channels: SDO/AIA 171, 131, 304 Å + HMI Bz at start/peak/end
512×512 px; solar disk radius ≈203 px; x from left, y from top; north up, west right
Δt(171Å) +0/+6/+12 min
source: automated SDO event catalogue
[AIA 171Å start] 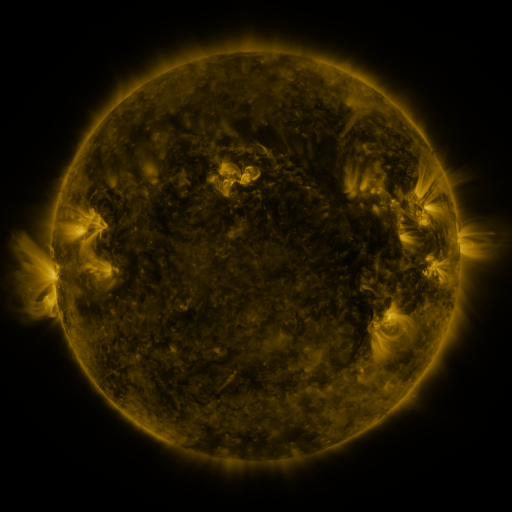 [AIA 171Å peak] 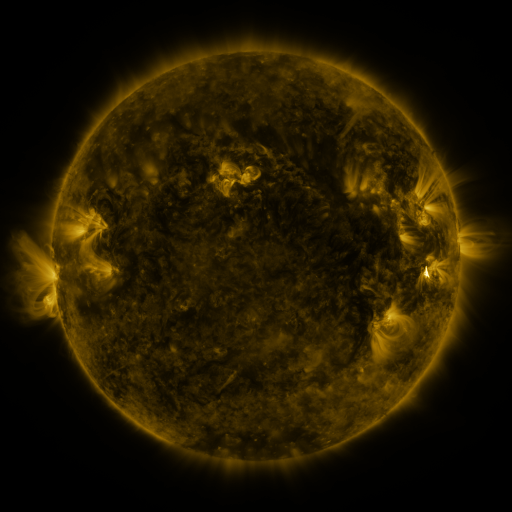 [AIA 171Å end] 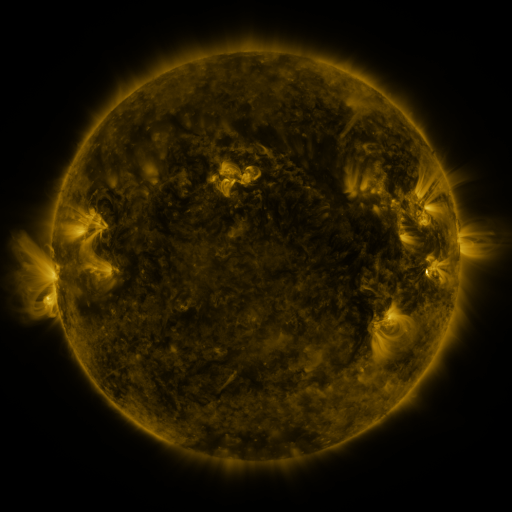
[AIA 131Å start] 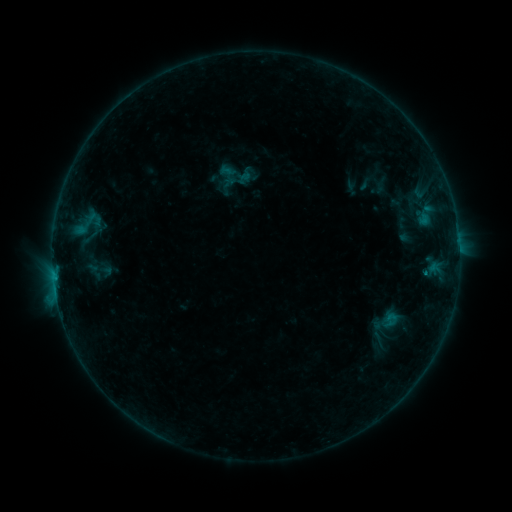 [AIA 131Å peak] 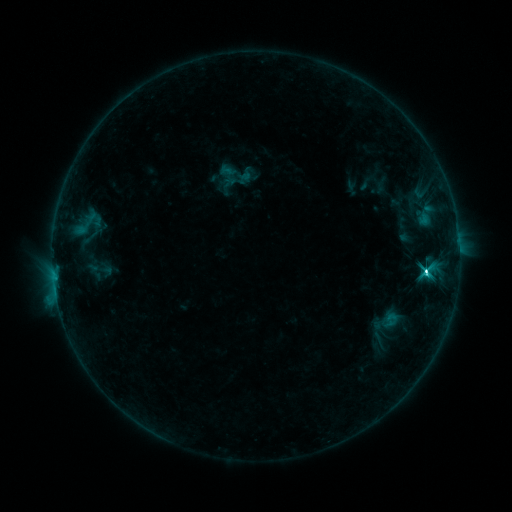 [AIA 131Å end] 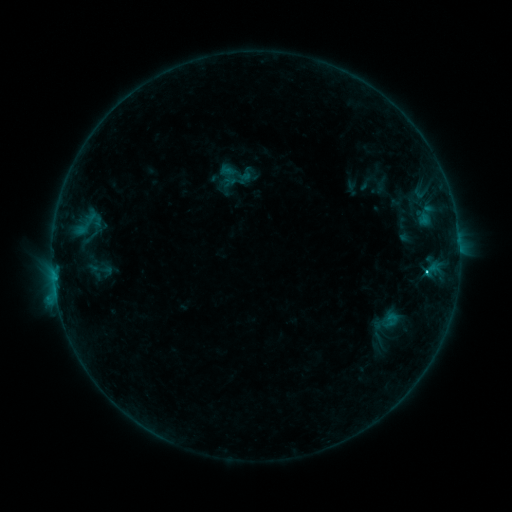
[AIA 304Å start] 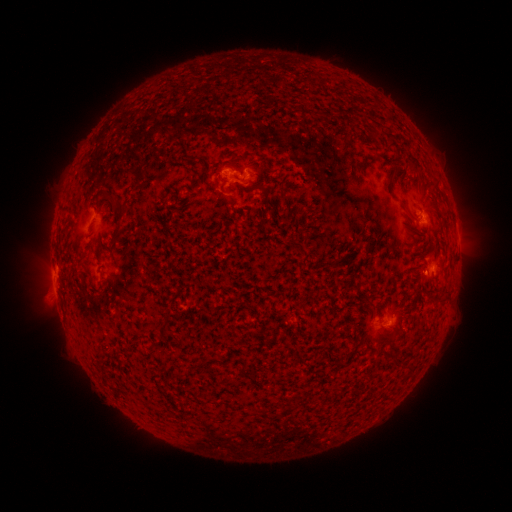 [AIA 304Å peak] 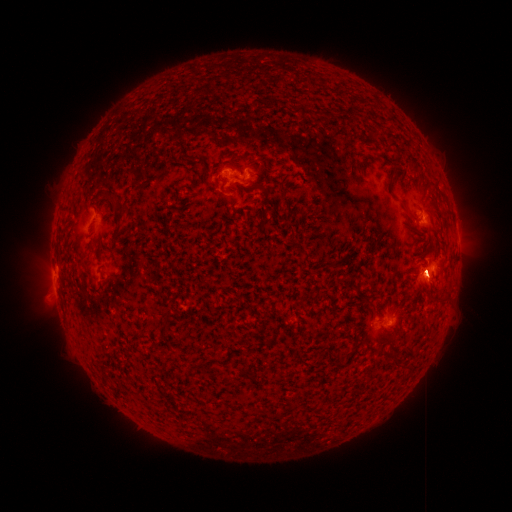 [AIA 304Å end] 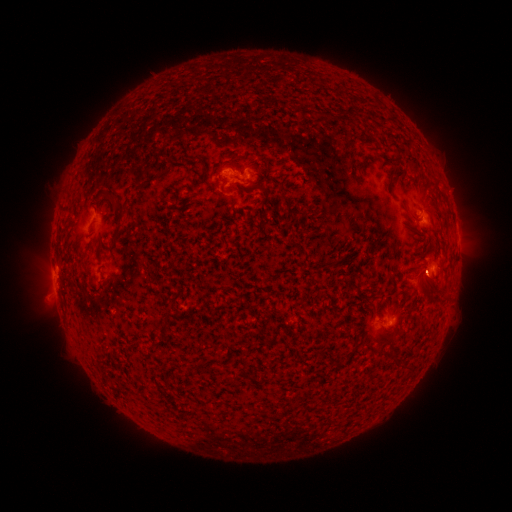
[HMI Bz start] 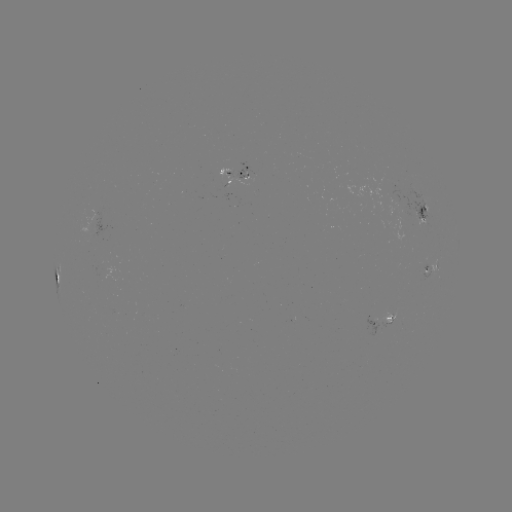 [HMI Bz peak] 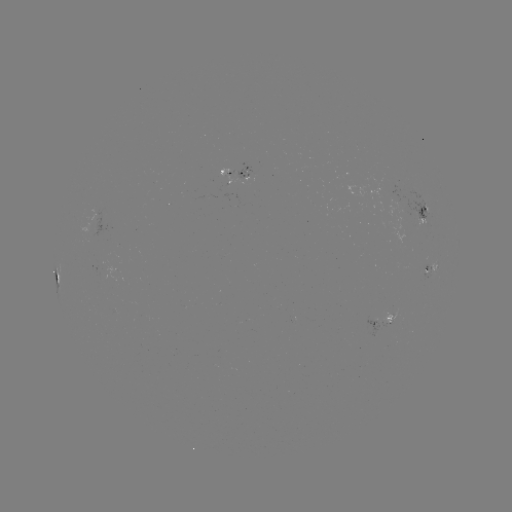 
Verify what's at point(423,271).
C7.4 flare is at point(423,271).